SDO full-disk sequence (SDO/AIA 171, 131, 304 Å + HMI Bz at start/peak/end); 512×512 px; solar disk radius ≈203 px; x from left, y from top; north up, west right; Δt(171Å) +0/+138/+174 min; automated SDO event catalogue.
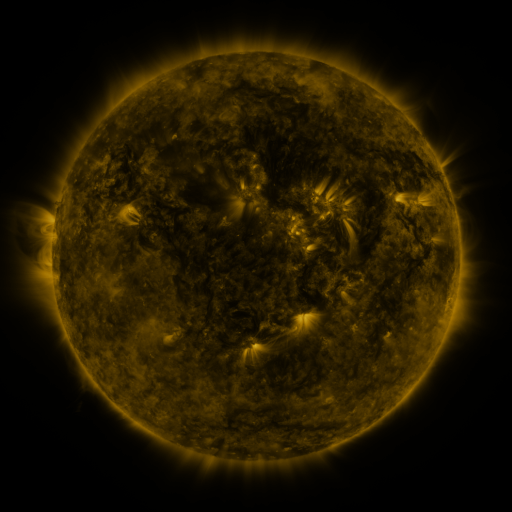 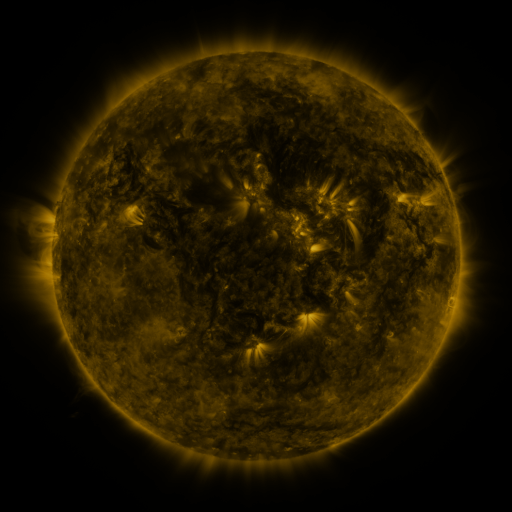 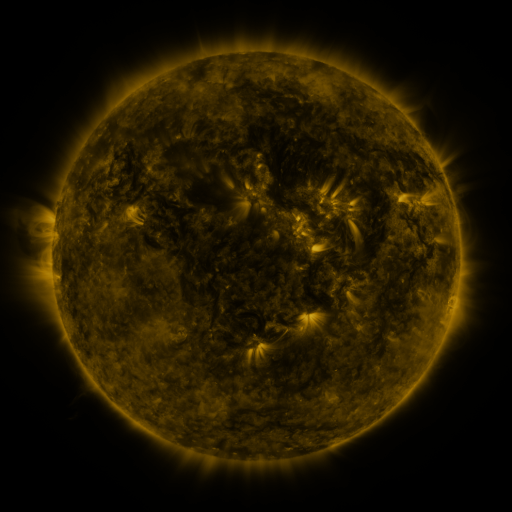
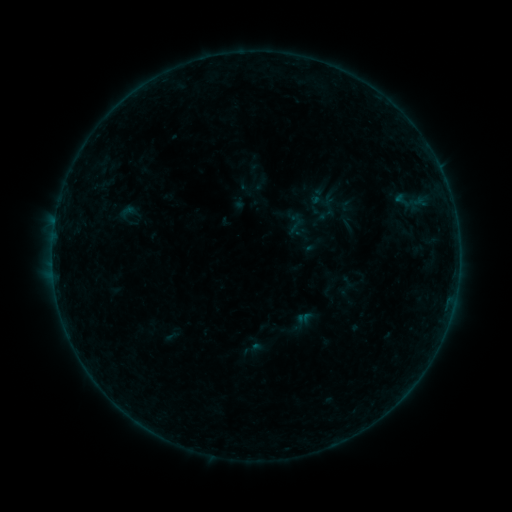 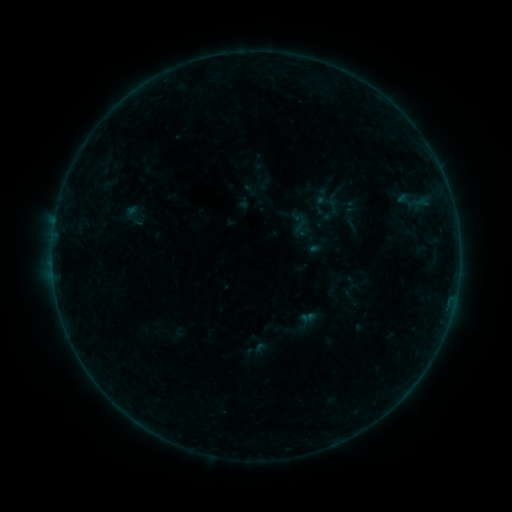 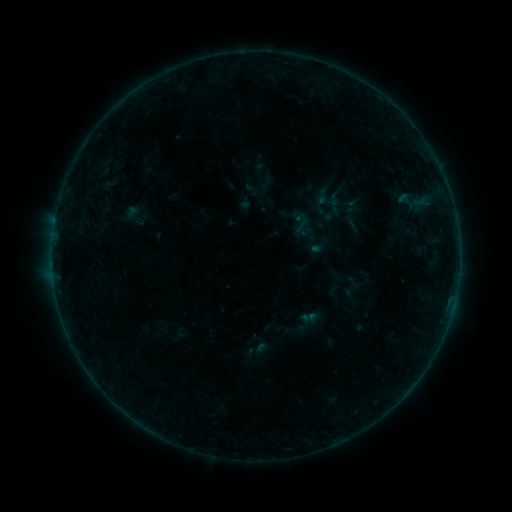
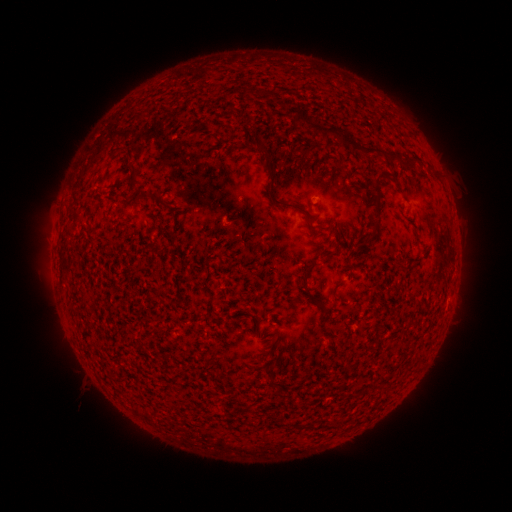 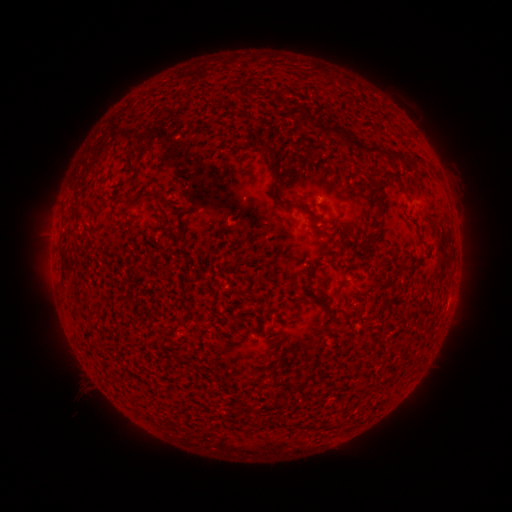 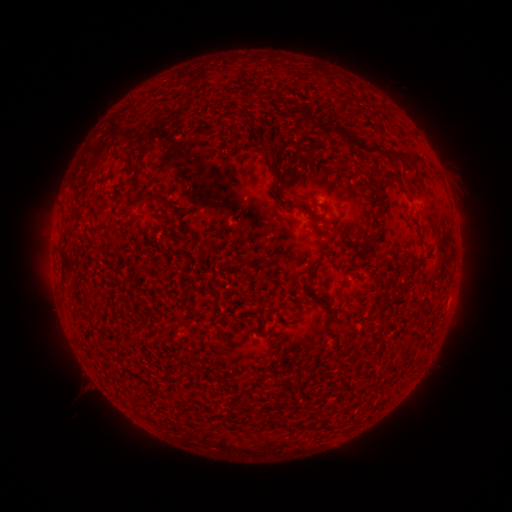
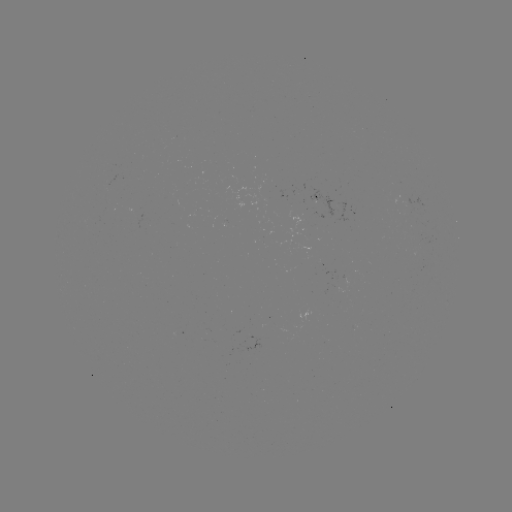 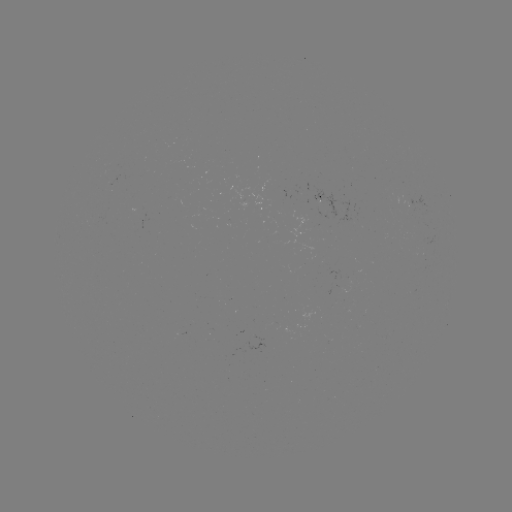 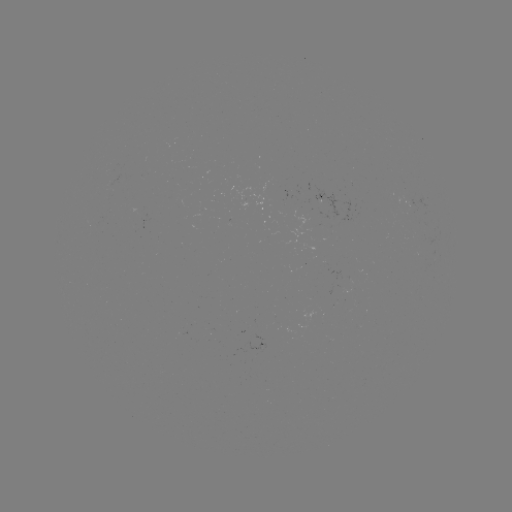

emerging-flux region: (403, 210, 415, 214)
